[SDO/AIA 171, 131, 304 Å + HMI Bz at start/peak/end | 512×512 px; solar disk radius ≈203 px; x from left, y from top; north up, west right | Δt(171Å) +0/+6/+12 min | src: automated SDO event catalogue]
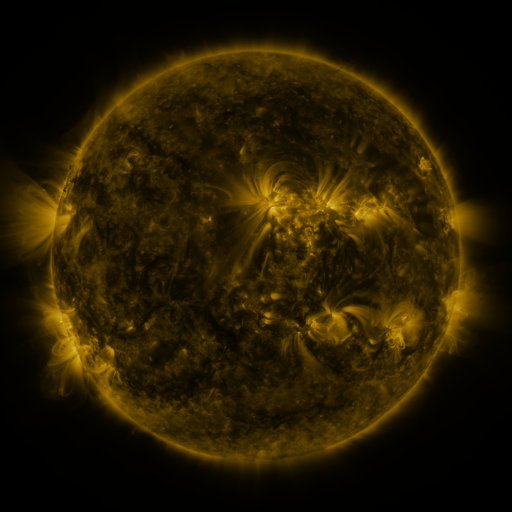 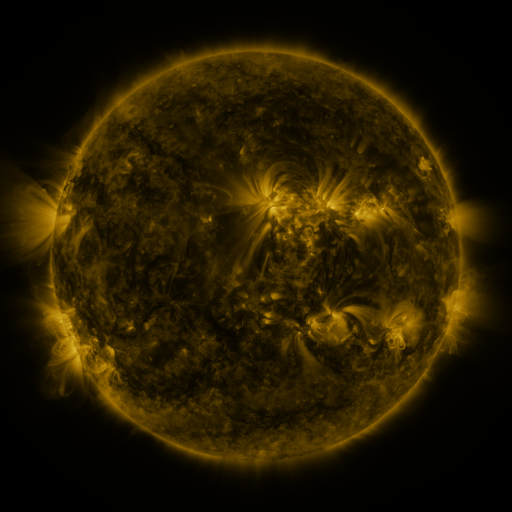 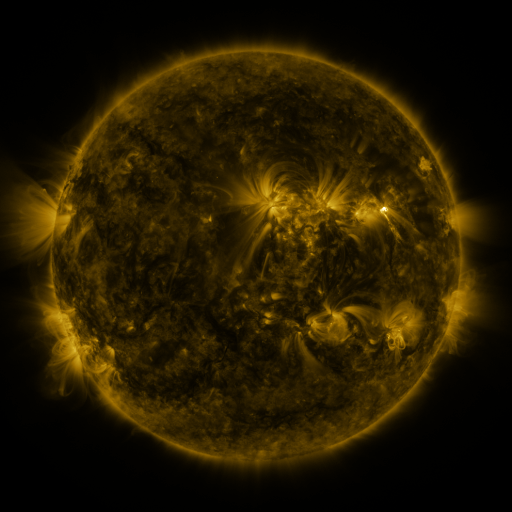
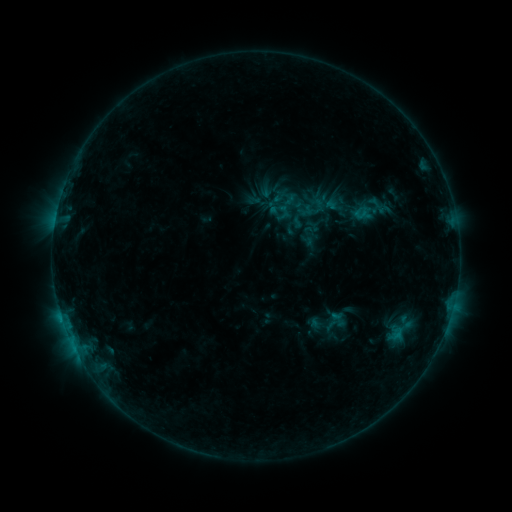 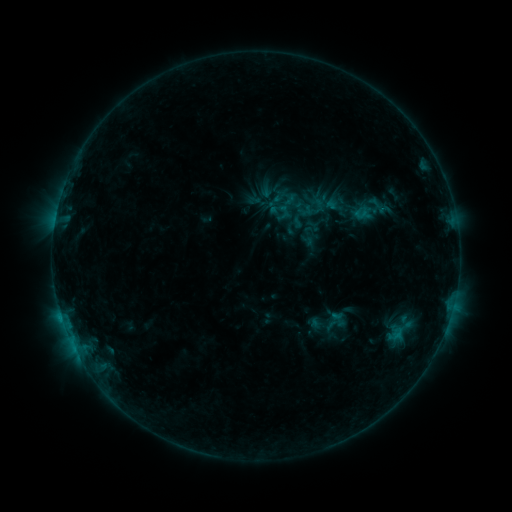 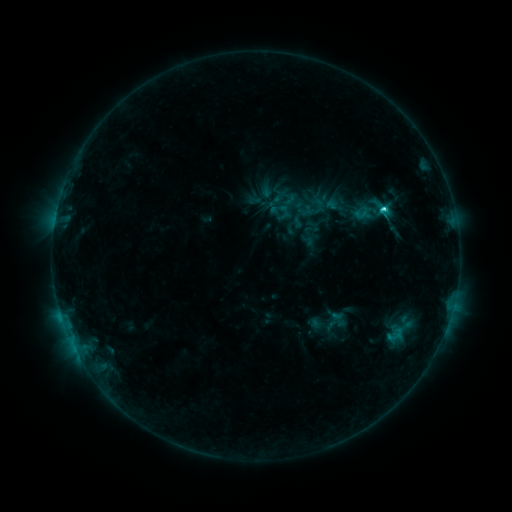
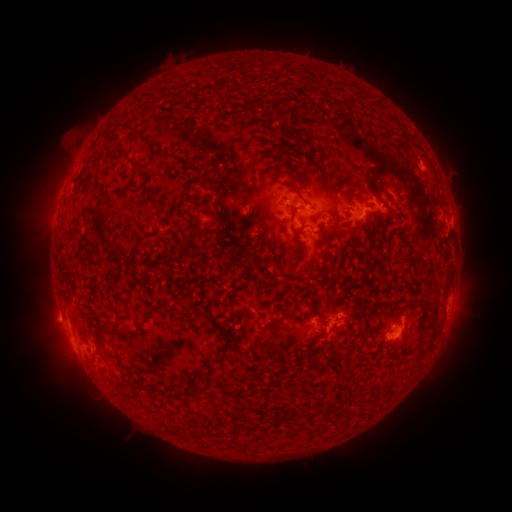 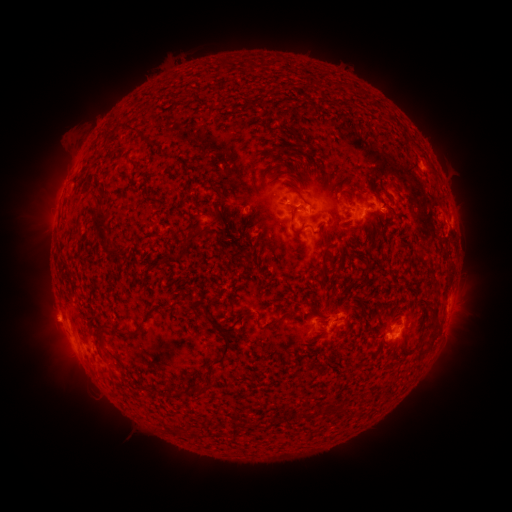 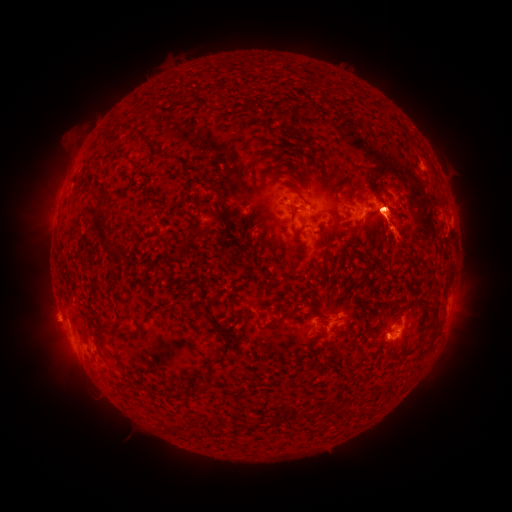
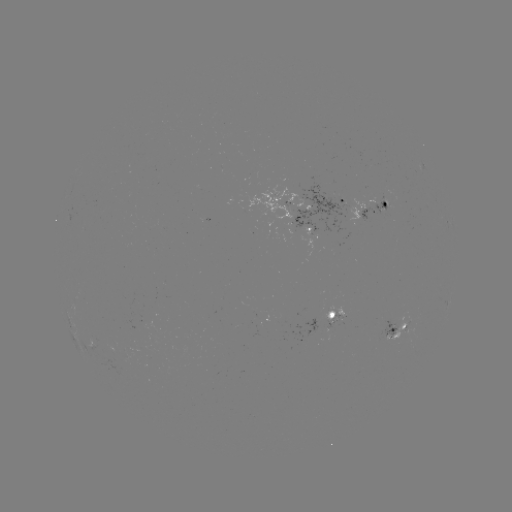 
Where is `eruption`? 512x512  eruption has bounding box [322, 133, 447, 257].